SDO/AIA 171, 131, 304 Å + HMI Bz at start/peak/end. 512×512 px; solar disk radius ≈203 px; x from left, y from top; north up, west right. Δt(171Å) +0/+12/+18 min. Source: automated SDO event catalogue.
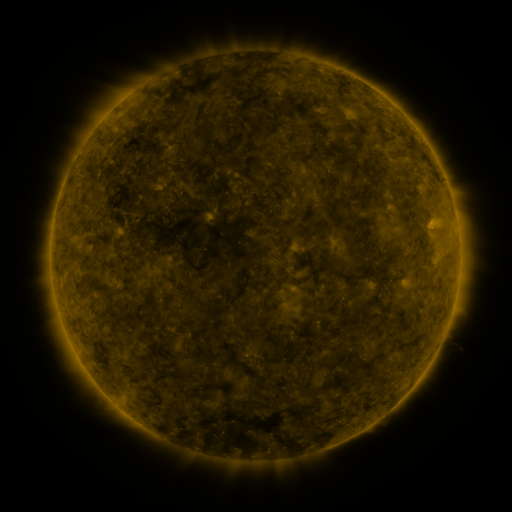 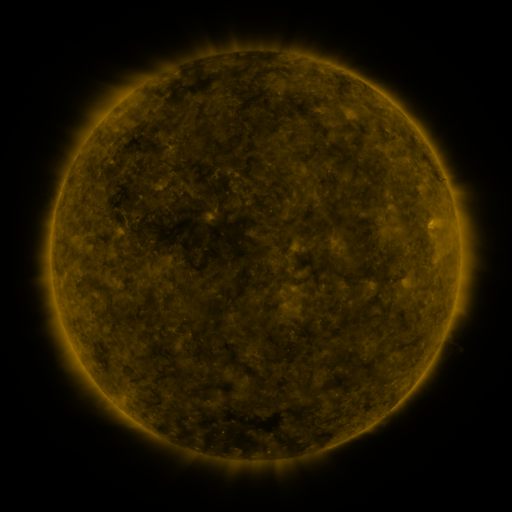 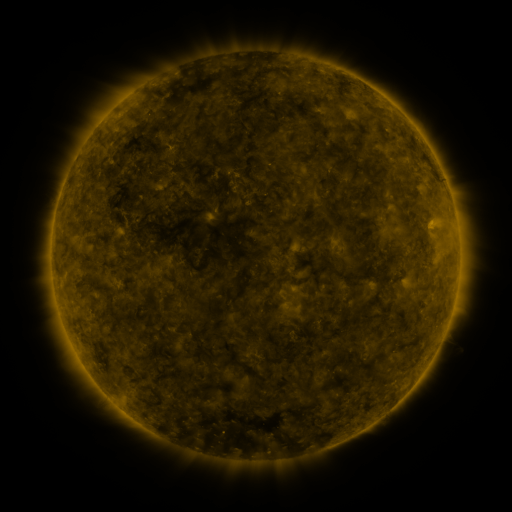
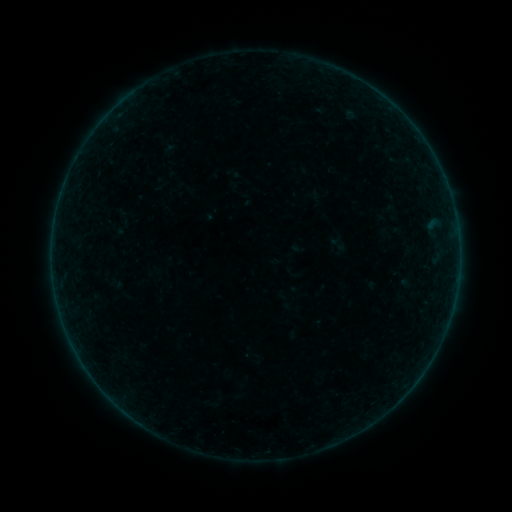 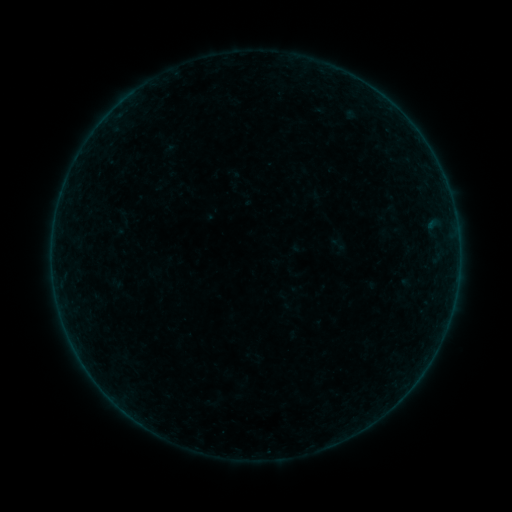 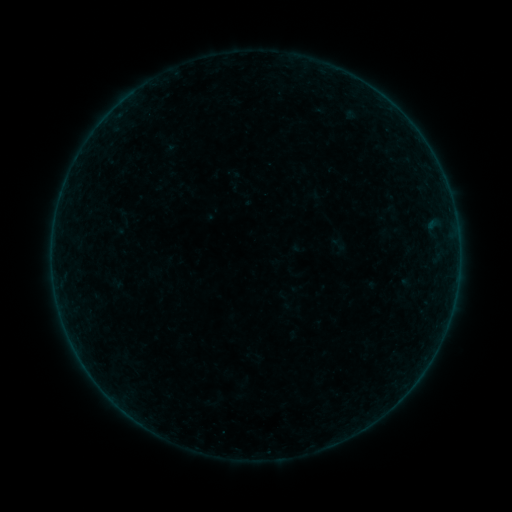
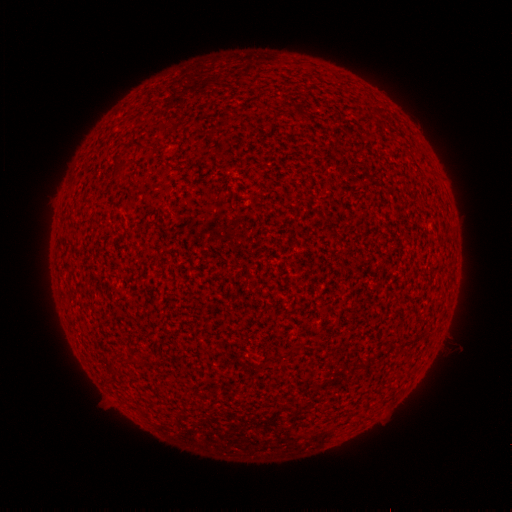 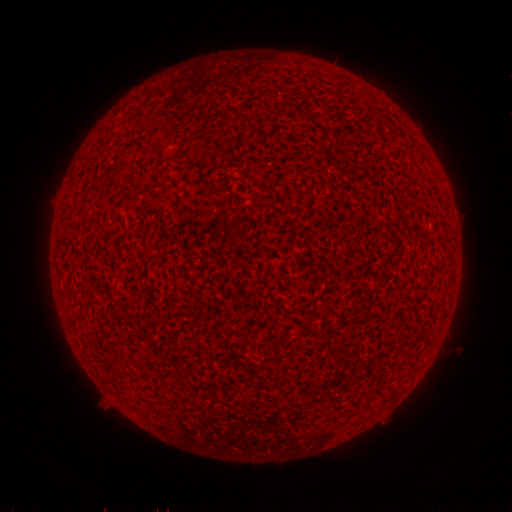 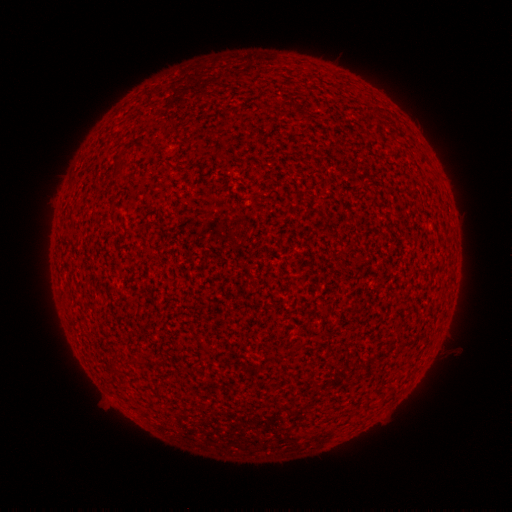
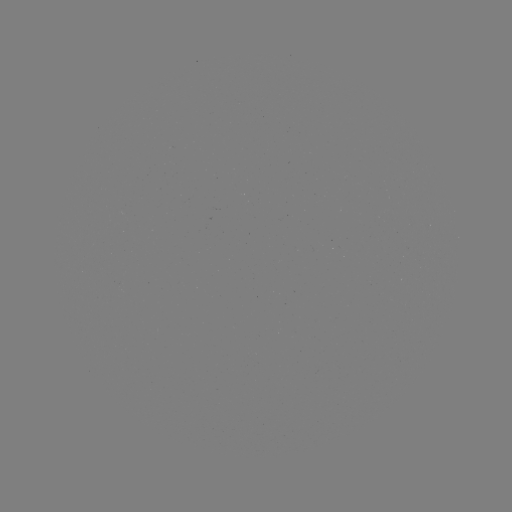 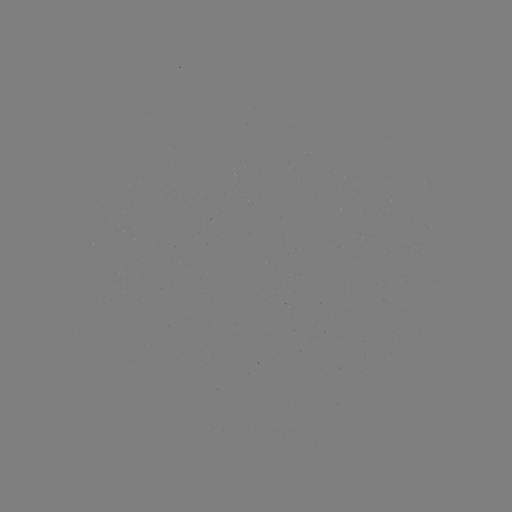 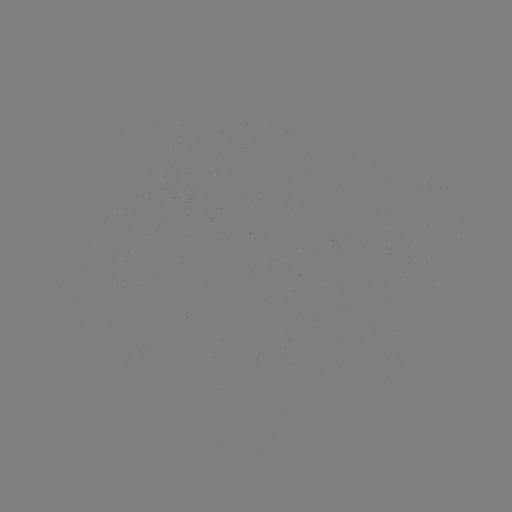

no classed flare was catalogued and no EUV brightening was flagged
